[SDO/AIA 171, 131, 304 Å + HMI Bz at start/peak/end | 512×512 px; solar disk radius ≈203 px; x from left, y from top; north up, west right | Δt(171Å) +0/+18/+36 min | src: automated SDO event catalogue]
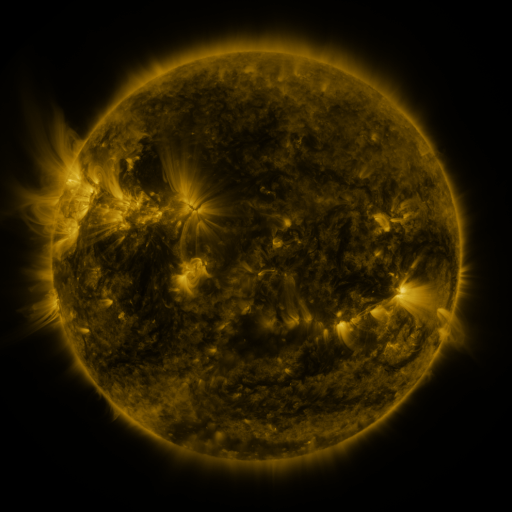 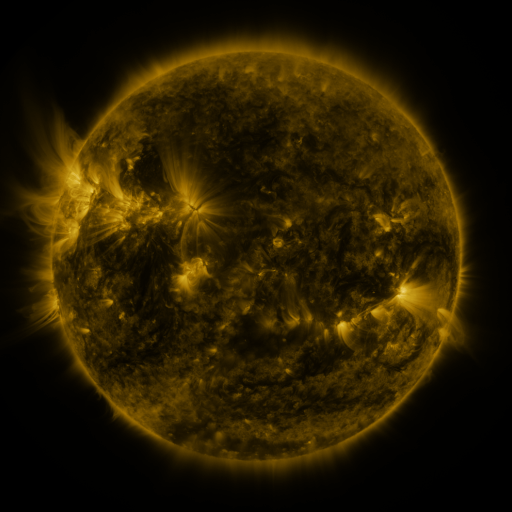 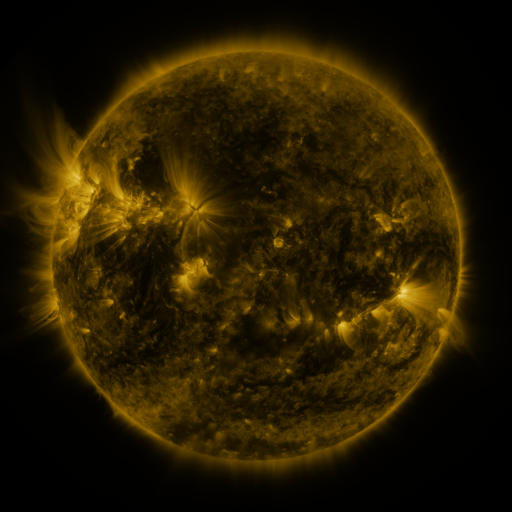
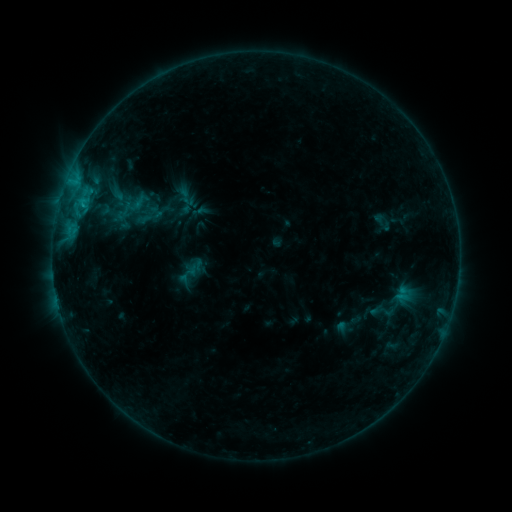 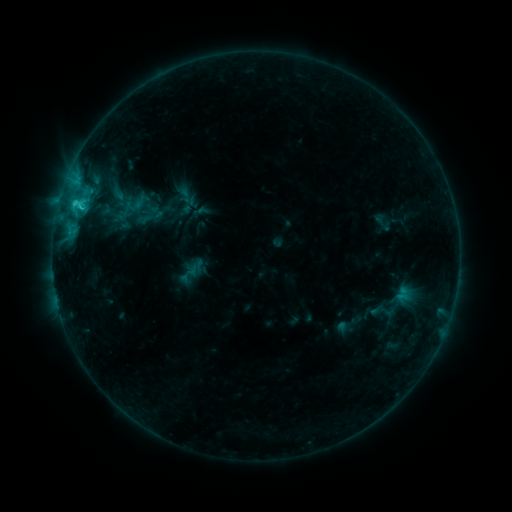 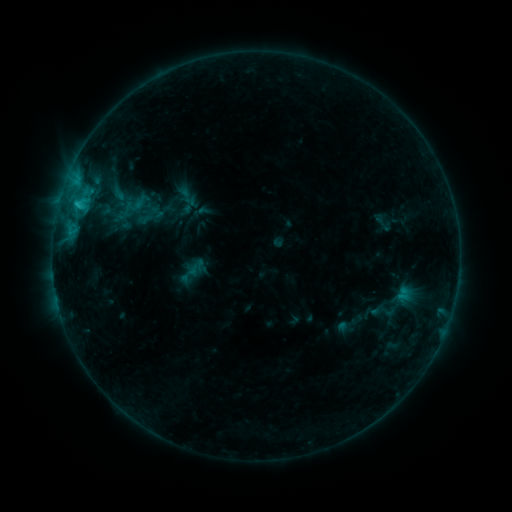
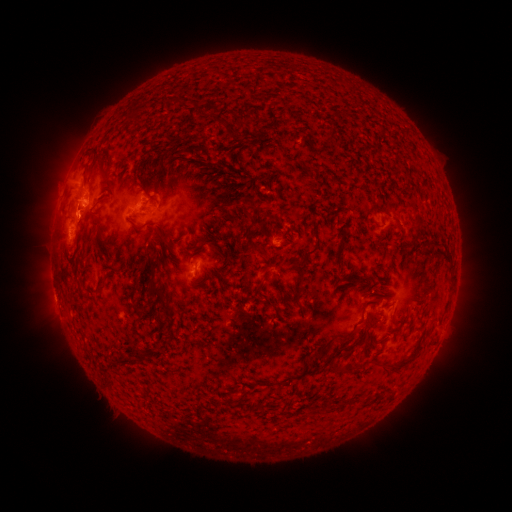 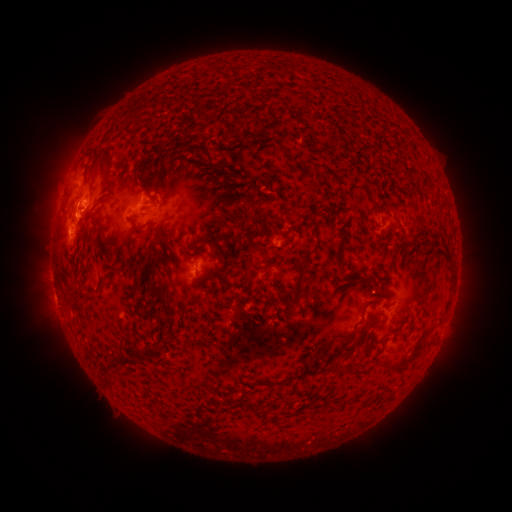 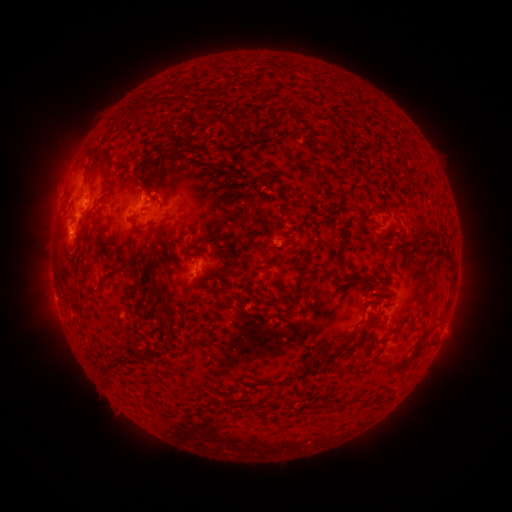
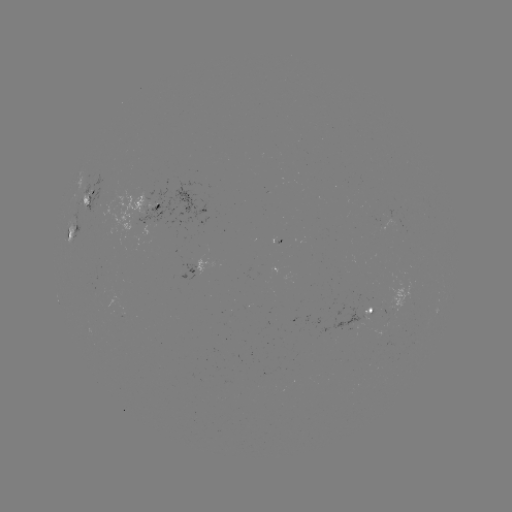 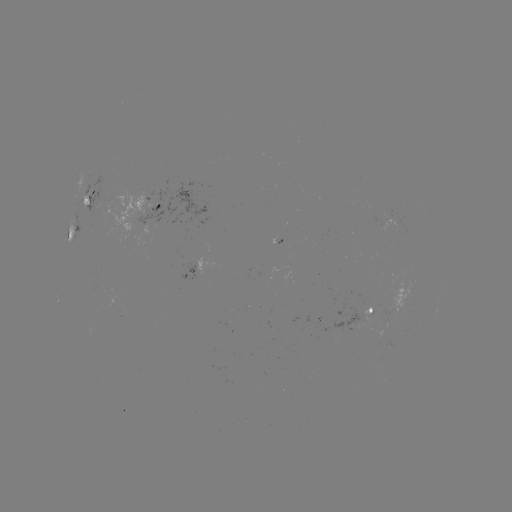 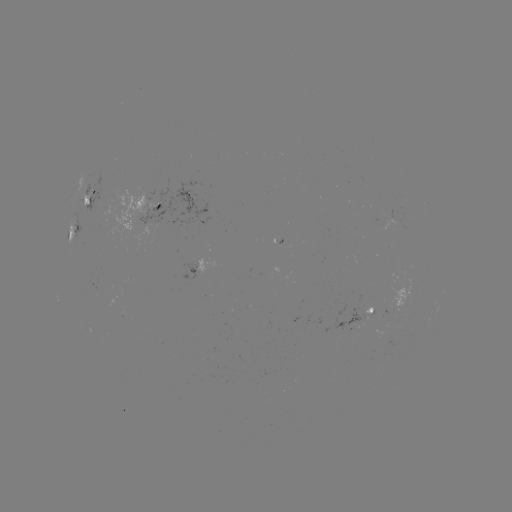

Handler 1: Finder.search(C1.6 flare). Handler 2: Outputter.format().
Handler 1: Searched C1.6 flare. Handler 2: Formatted (75, 206).